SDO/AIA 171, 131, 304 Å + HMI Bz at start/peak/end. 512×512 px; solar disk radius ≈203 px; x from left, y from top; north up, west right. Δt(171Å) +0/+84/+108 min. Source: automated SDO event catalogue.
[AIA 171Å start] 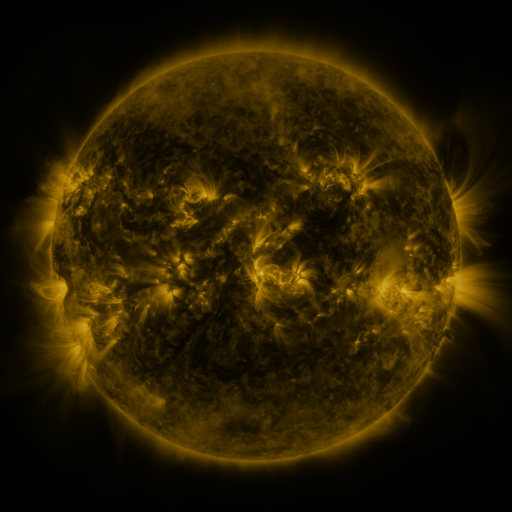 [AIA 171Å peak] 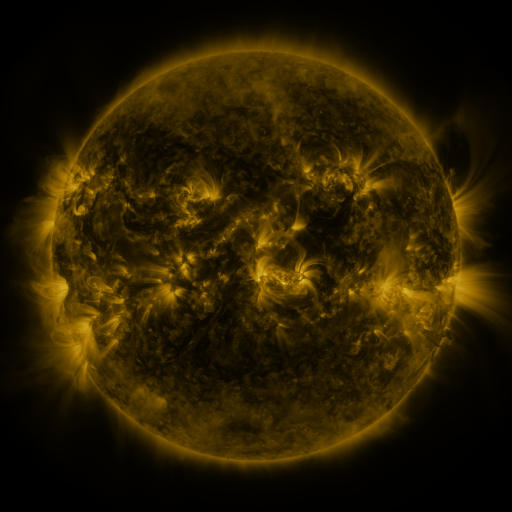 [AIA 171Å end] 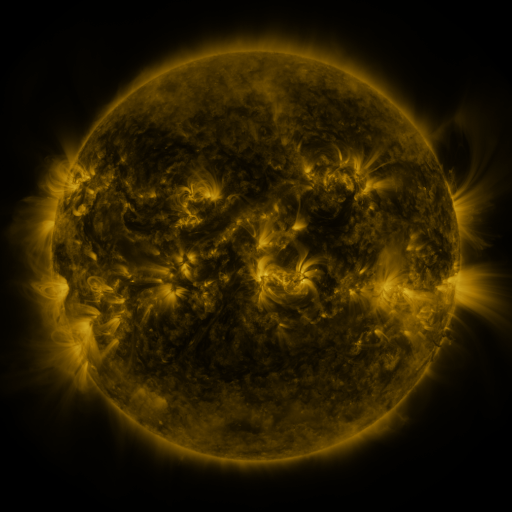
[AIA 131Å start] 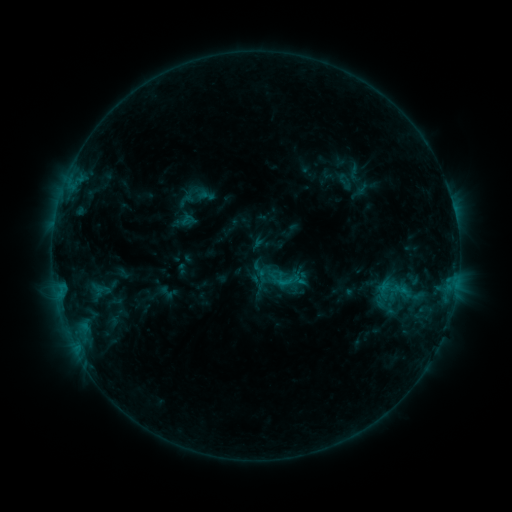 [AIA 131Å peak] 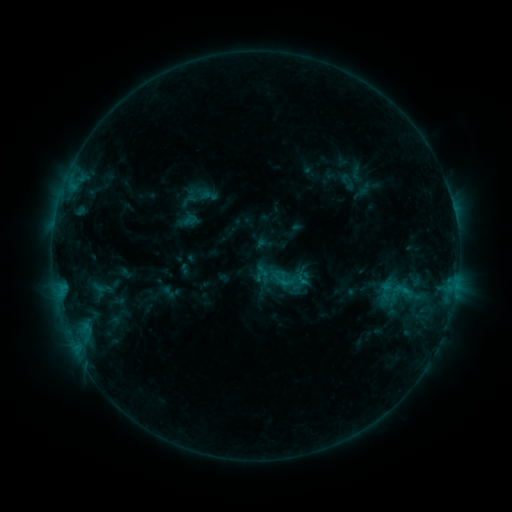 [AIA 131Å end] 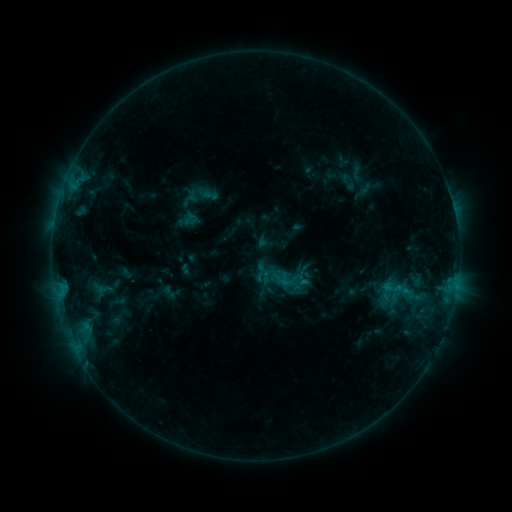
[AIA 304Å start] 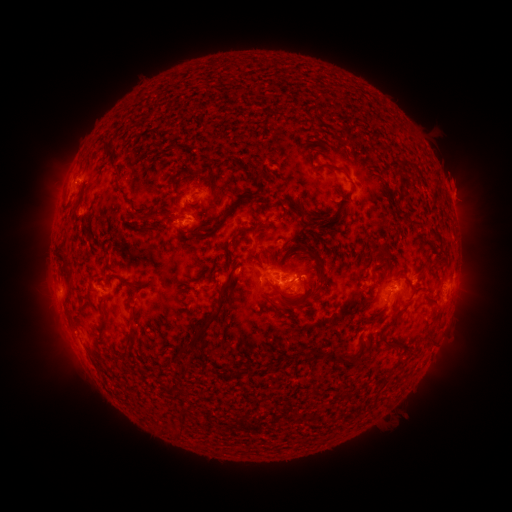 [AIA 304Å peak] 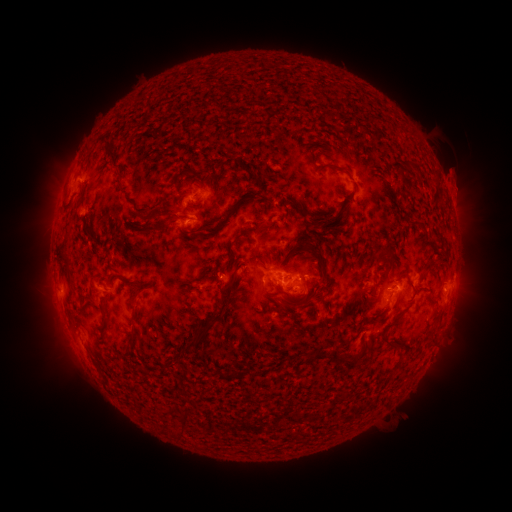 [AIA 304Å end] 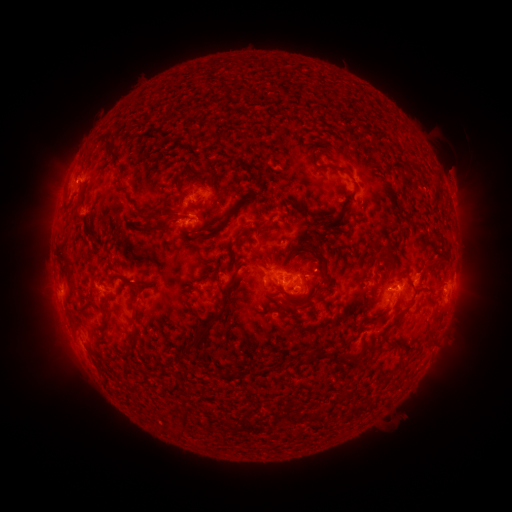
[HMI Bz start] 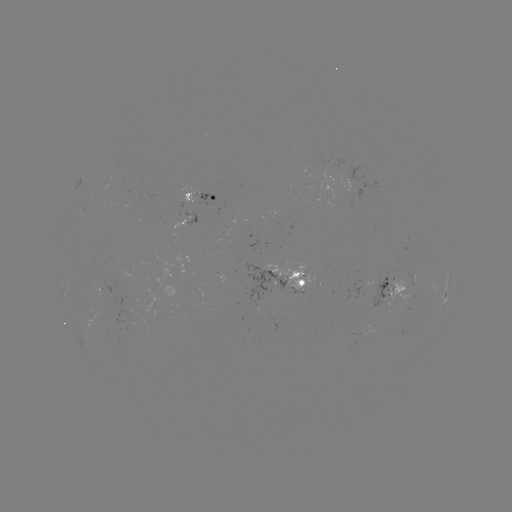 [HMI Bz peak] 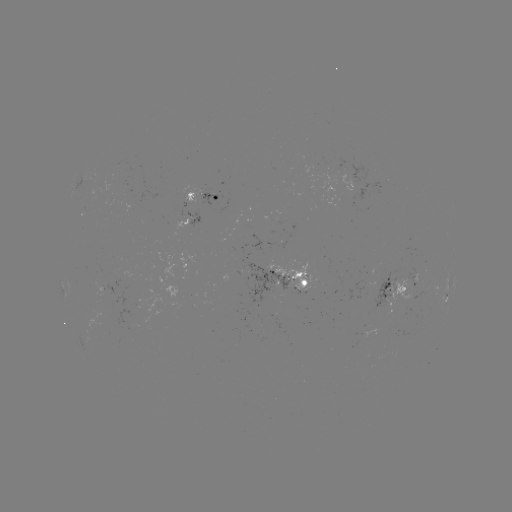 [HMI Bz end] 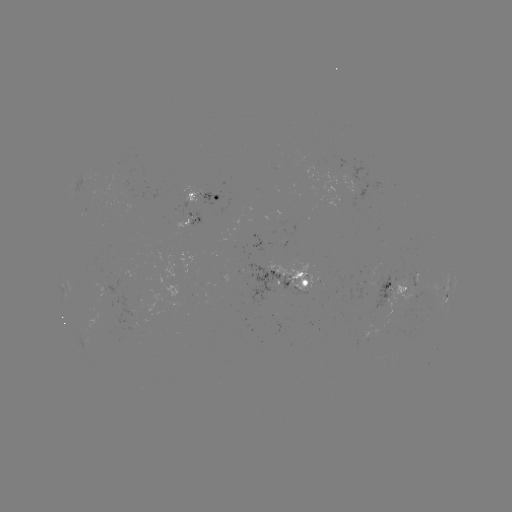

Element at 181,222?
emerging-flux region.